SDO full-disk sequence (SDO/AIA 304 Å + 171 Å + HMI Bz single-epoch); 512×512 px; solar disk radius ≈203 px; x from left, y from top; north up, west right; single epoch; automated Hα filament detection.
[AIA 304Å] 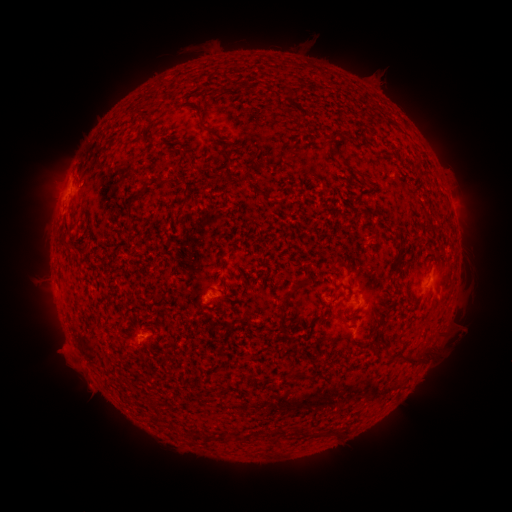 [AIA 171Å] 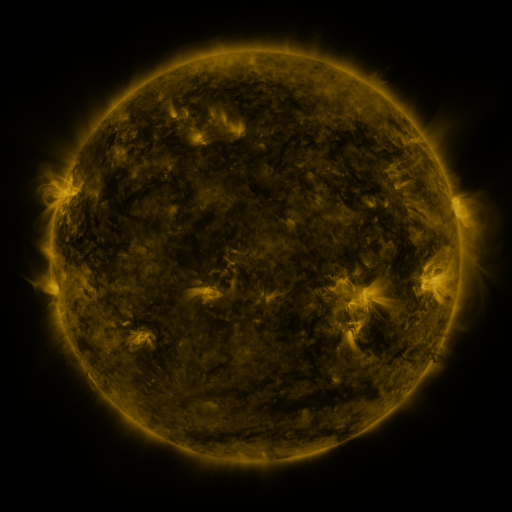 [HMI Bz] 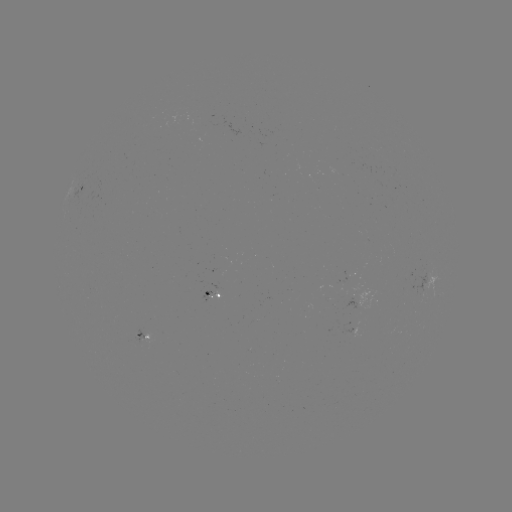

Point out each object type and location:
filament: (227, 82, 239, 90)
filament: (214, 89, 223, 96)
filament: (194, 111, 213, 136)
filament: (221, 149, 230, 161)
filament: (334, 151, 345, 162)
filament: (167, 178, 185, 189)
filament: (247, 182, 262, 196)
filament: (279, 280, 303, 305)
filament: (347, 308, 358, 316)
filament: (399, 342, 432, 363)
filament: (387, 351, 395, 359)
filament: (150, 398, 161, 408)
filament: (311, 425, 328, 436)
filament: (237, 433, 249, 440)
